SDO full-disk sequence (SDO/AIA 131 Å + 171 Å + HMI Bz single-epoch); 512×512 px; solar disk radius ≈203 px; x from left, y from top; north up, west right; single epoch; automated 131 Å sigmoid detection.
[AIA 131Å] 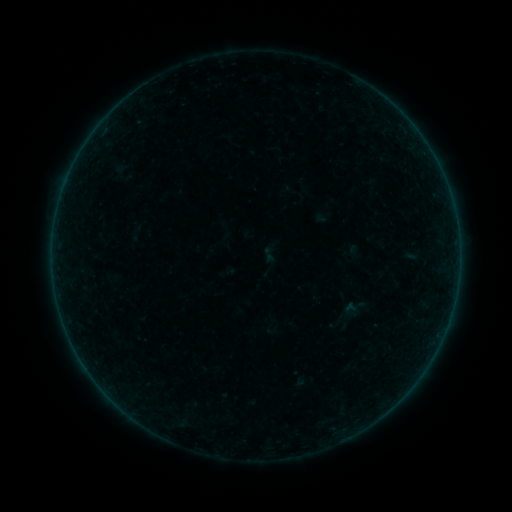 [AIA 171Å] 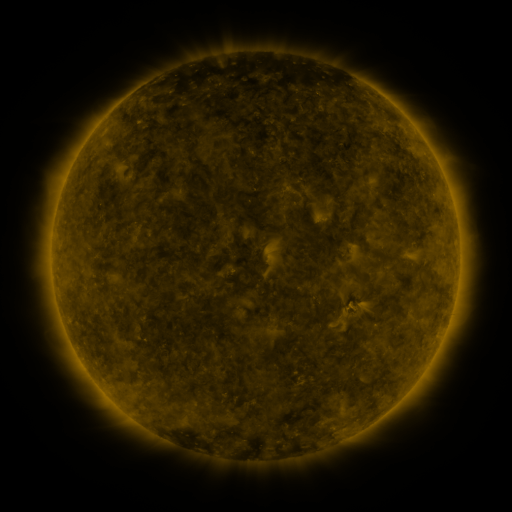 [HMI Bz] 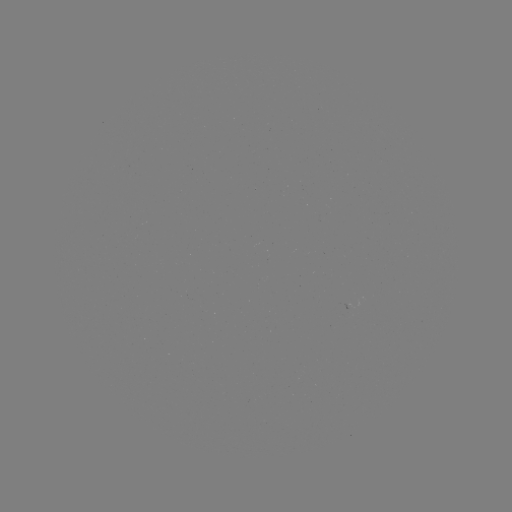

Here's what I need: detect sigmoid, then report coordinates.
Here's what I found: sigmoid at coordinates [268, 254].